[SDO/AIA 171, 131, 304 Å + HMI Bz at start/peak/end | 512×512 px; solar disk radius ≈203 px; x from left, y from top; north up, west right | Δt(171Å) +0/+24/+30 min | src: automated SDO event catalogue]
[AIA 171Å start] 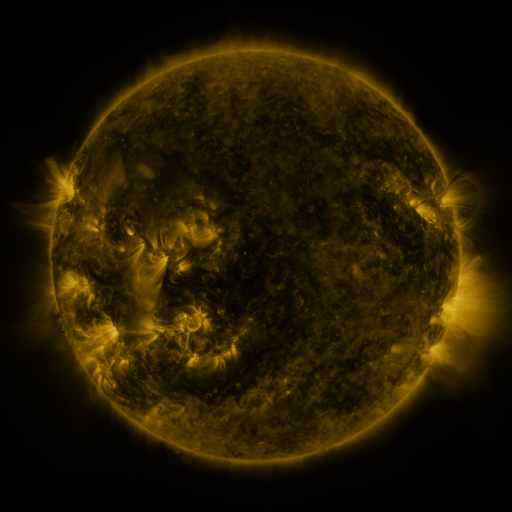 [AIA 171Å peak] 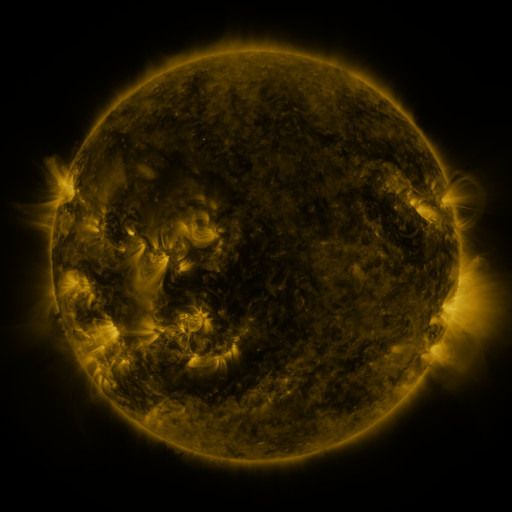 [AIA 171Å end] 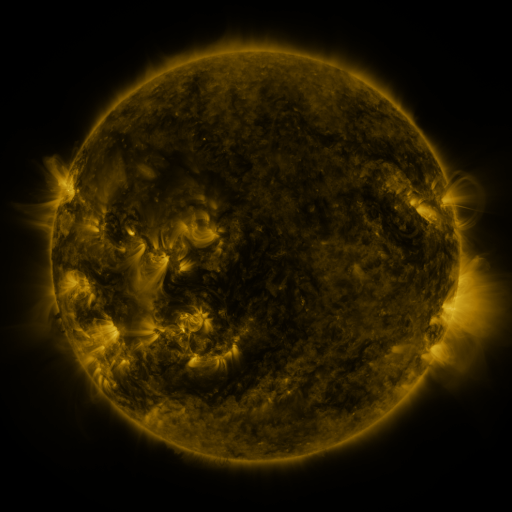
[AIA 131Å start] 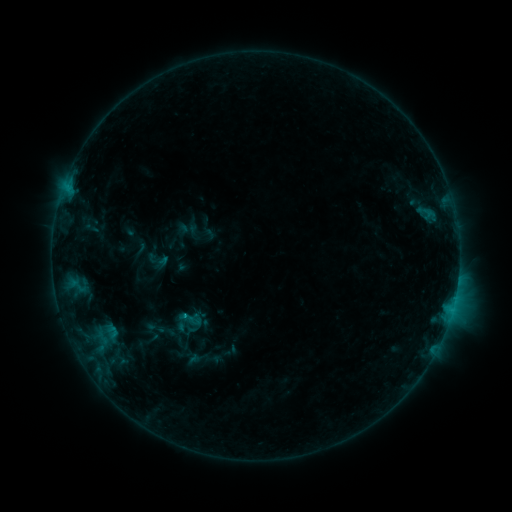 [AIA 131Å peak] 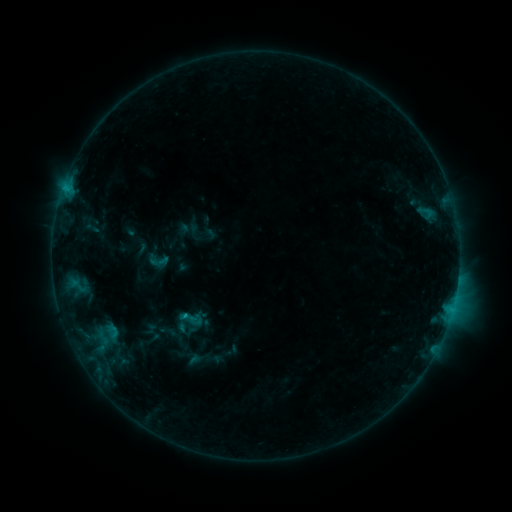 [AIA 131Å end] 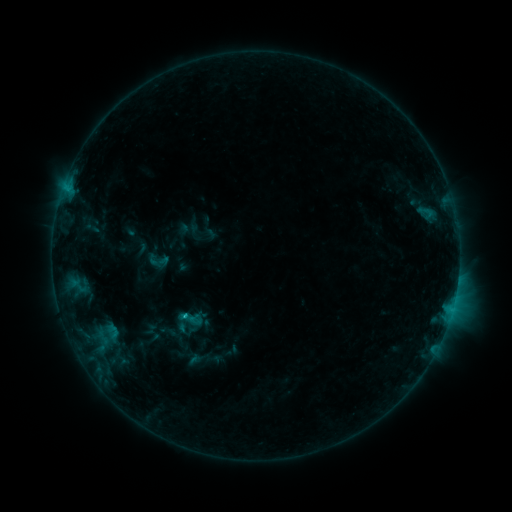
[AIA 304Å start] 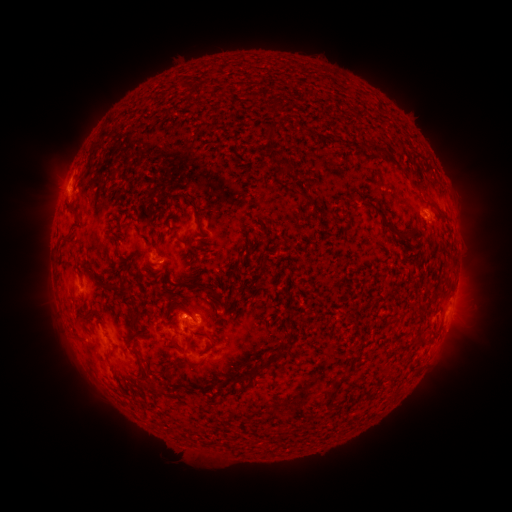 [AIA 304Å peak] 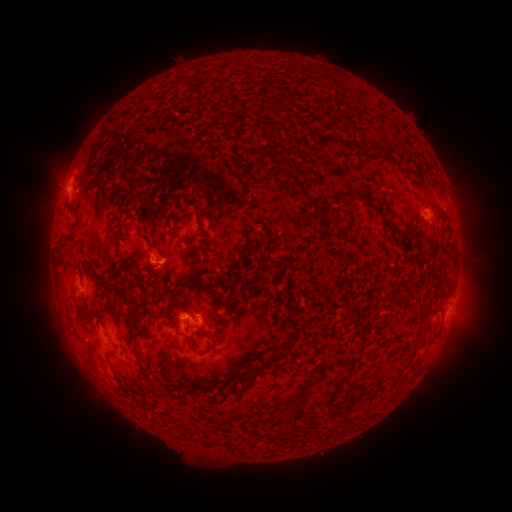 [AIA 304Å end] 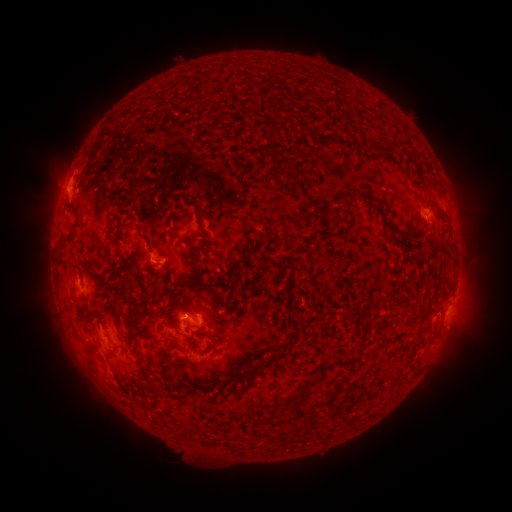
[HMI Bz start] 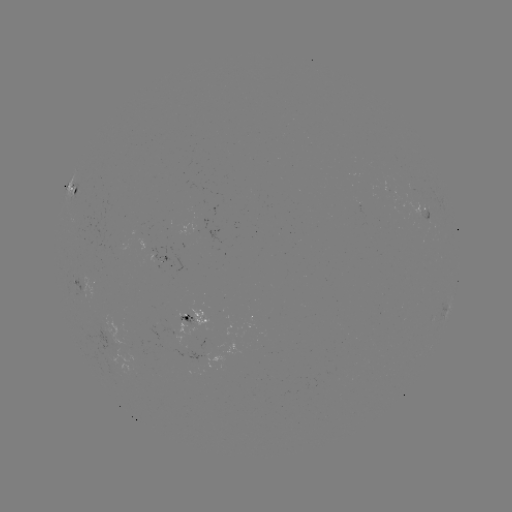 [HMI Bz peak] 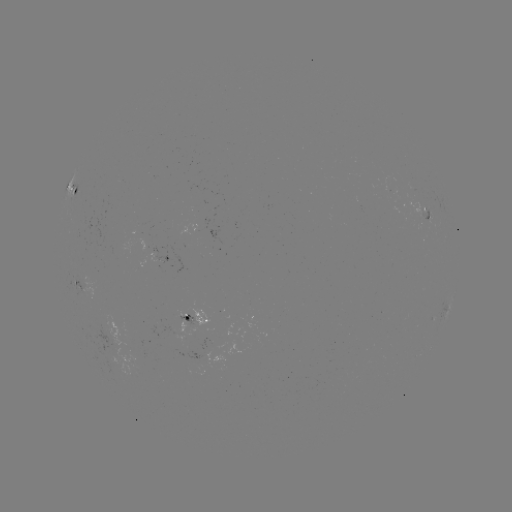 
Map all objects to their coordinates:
C1.1 flare: (188, 315)
